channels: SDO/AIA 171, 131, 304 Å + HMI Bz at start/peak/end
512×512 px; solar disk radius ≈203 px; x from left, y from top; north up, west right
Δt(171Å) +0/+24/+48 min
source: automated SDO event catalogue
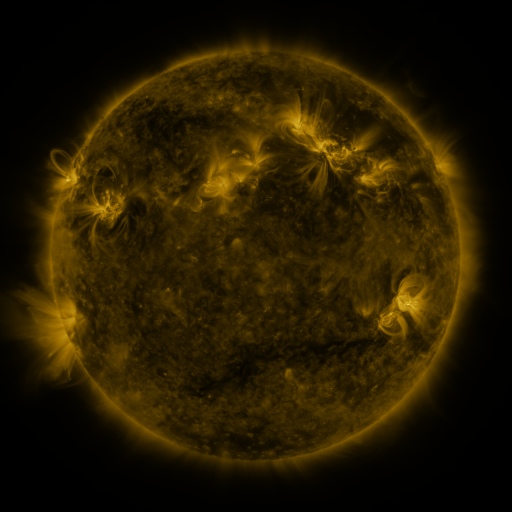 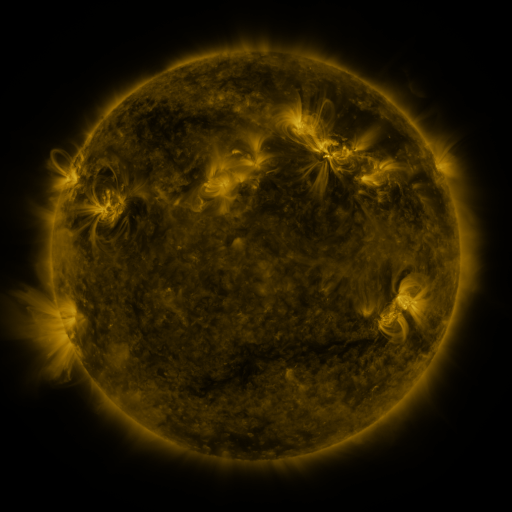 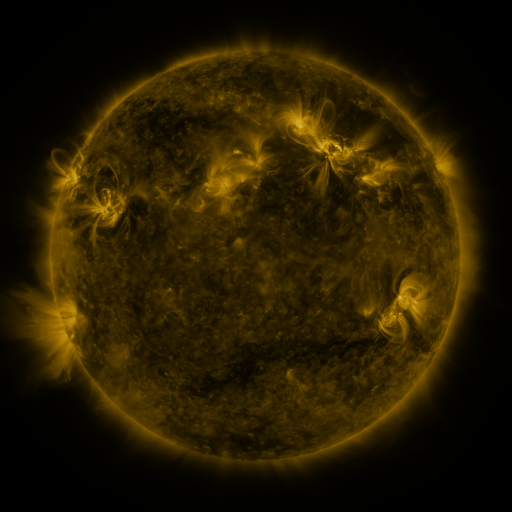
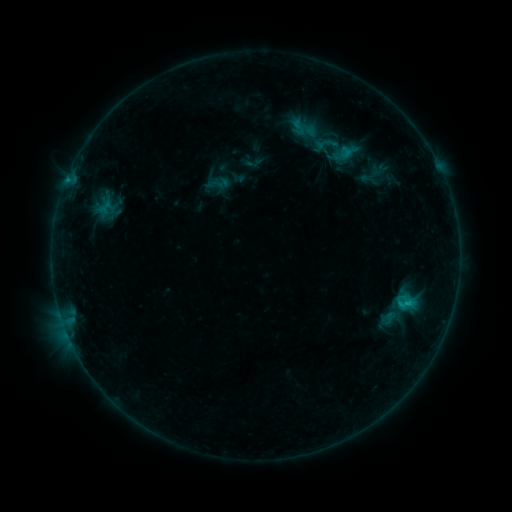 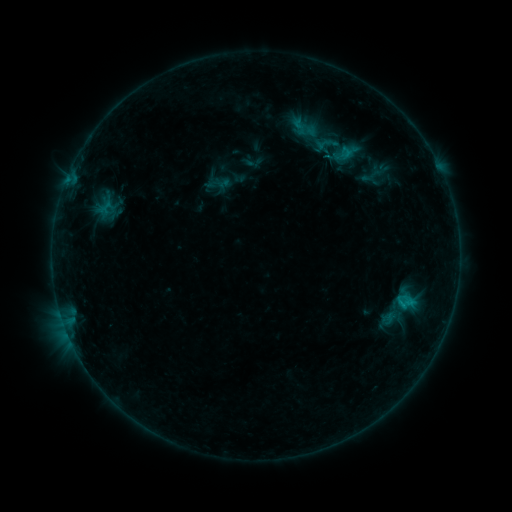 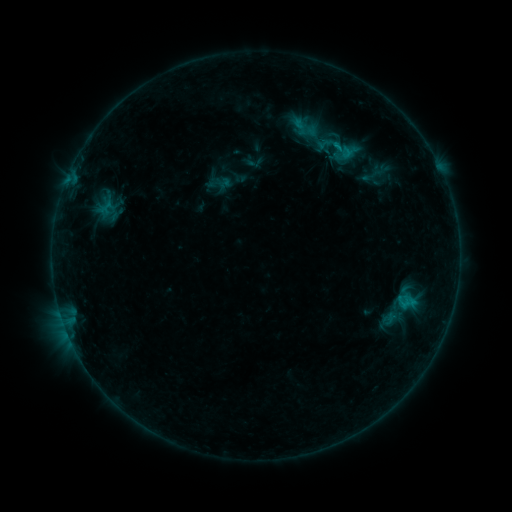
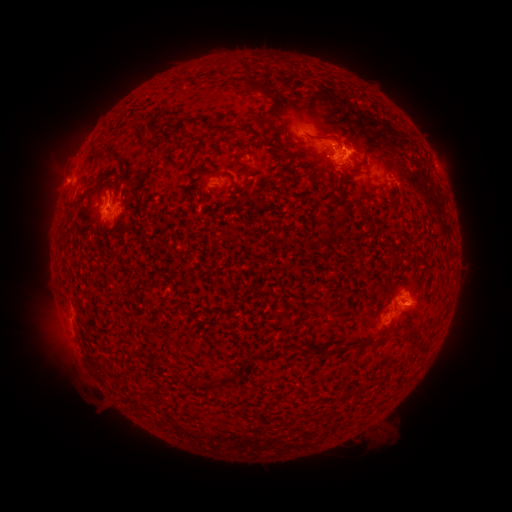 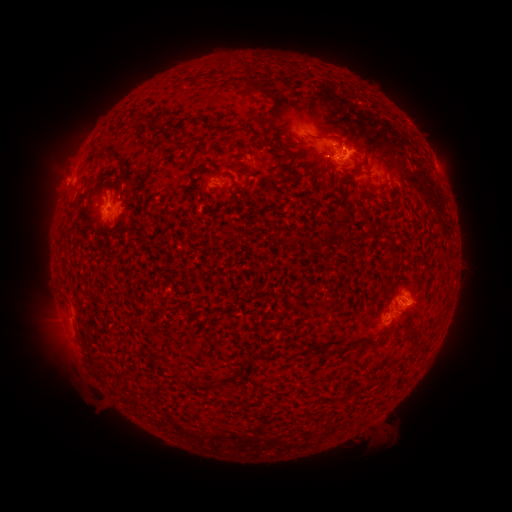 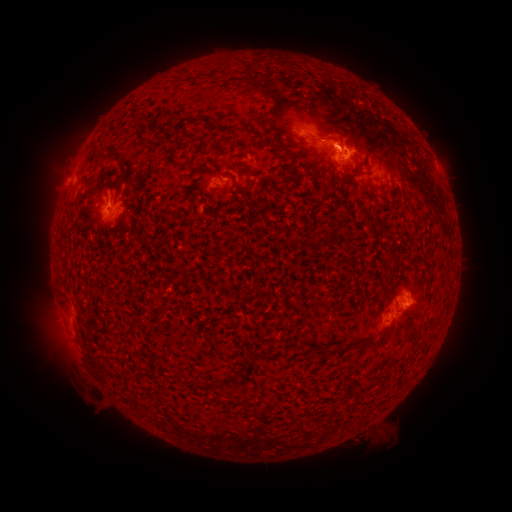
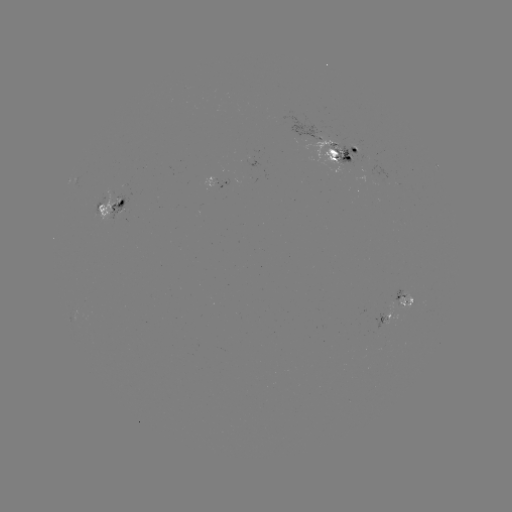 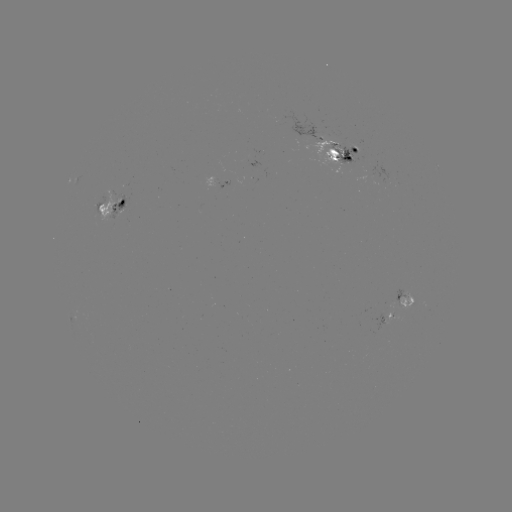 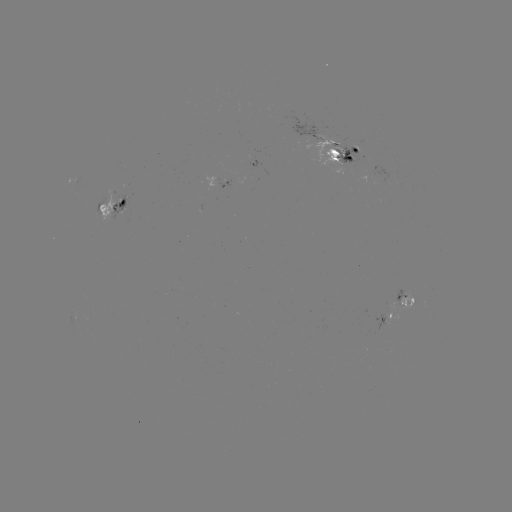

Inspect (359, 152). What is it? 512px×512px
emerging-flux region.